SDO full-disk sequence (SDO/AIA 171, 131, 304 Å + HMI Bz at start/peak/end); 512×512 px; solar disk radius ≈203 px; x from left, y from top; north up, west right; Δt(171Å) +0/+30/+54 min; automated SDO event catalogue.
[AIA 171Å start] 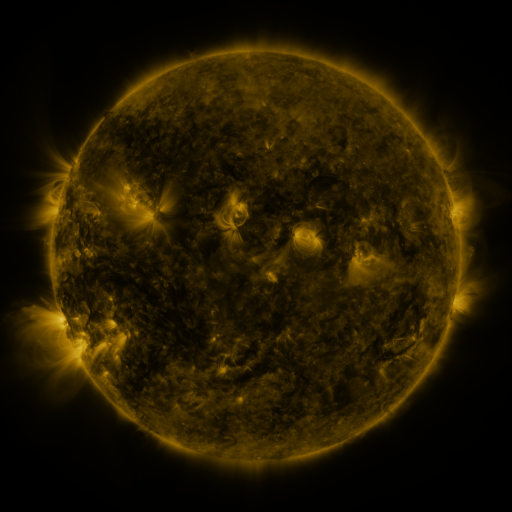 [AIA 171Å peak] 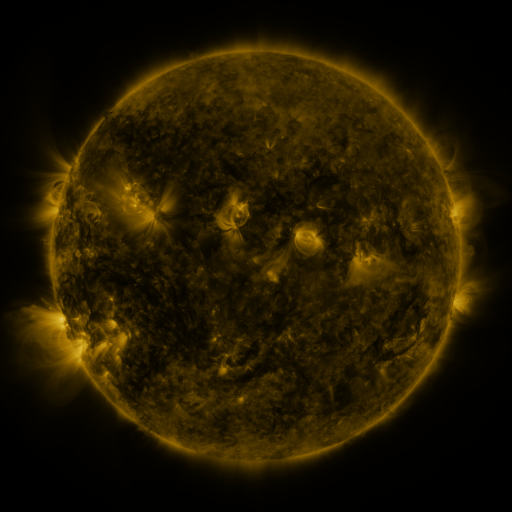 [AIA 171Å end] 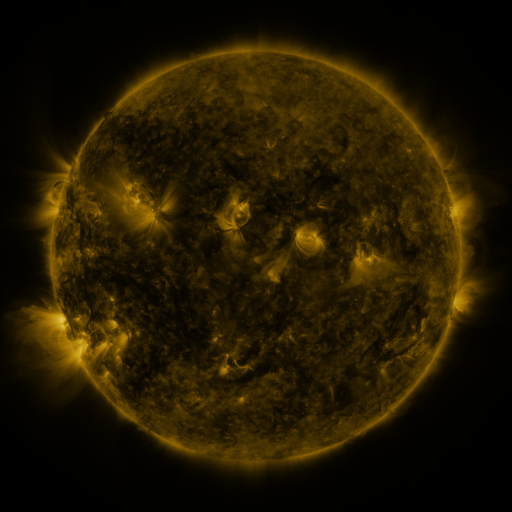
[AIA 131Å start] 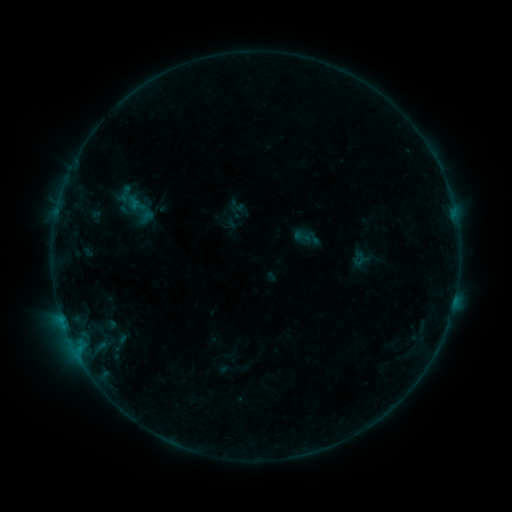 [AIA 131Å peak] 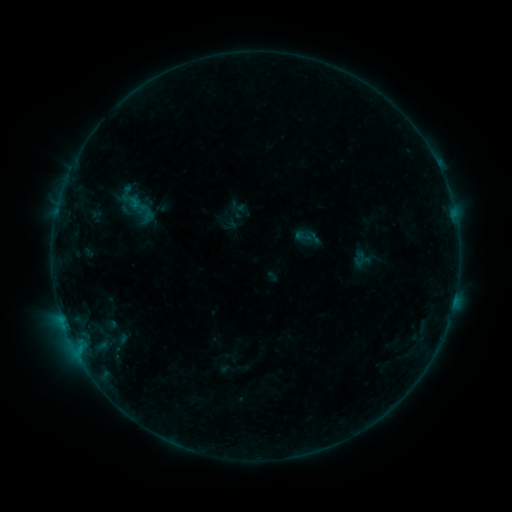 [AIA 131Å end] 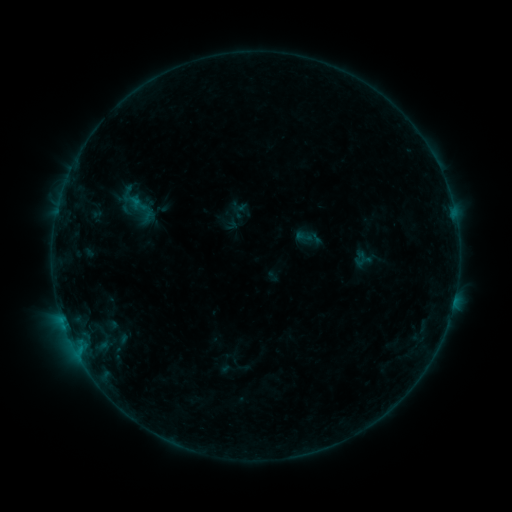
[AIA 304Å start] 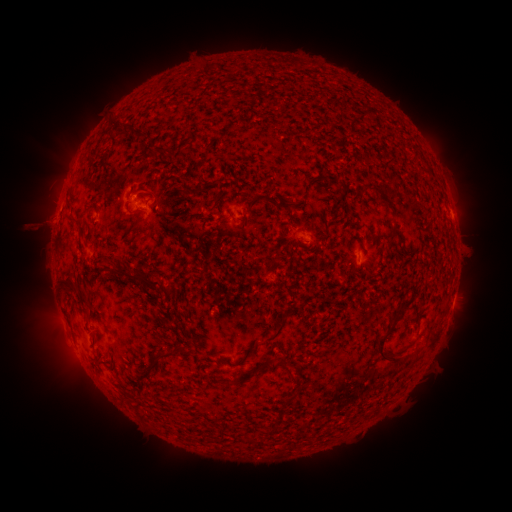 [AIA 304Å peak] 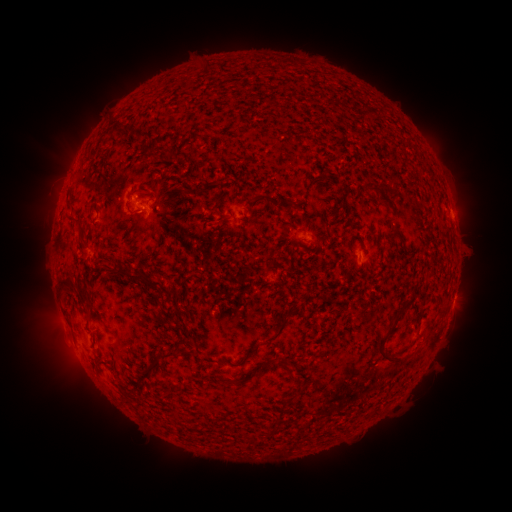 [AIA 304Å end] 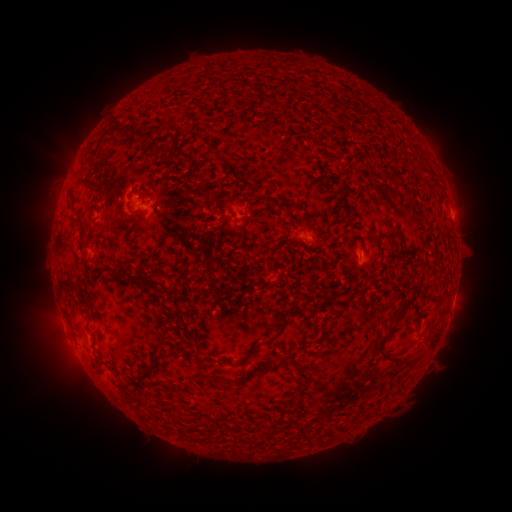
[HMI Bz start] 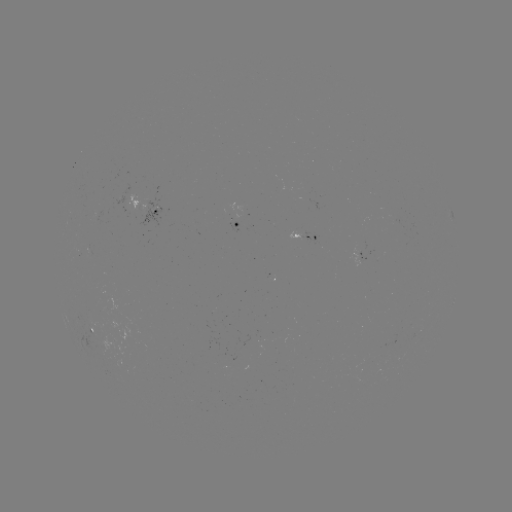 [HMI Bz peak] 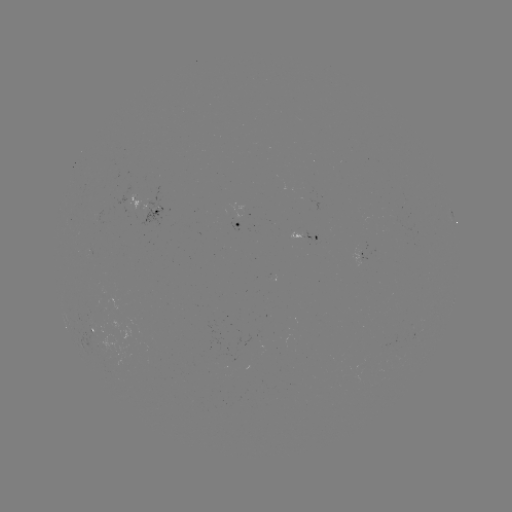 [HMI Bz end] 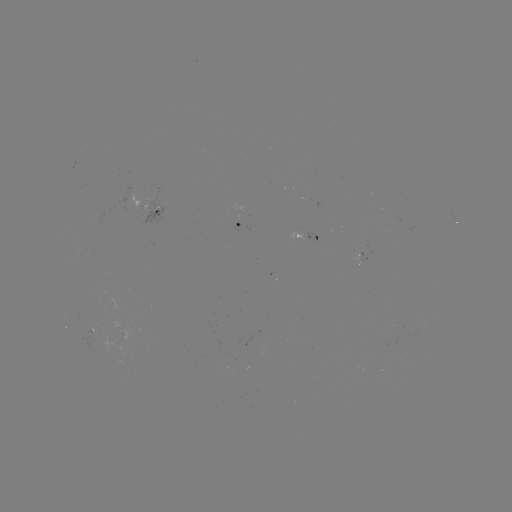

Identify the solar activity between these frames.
B3.4 flare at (438, 169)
